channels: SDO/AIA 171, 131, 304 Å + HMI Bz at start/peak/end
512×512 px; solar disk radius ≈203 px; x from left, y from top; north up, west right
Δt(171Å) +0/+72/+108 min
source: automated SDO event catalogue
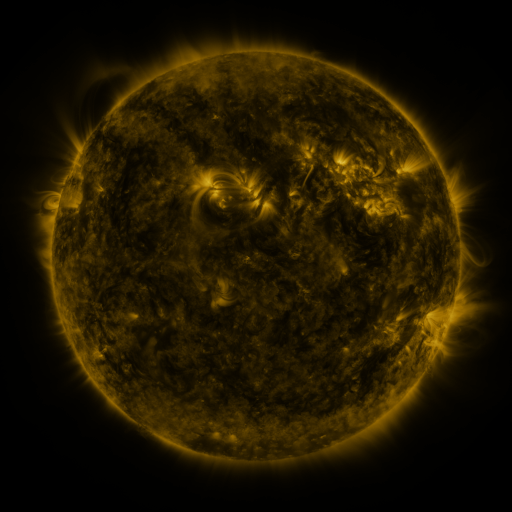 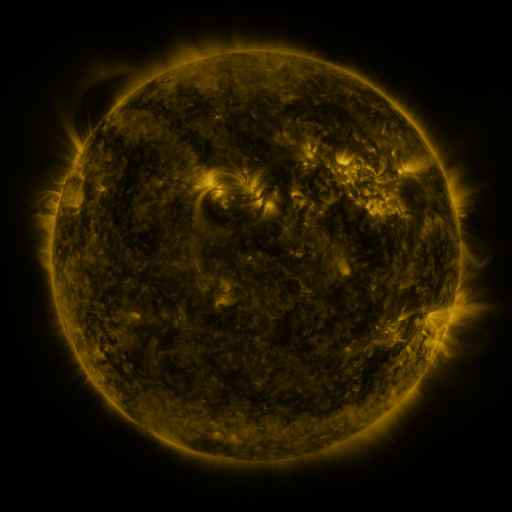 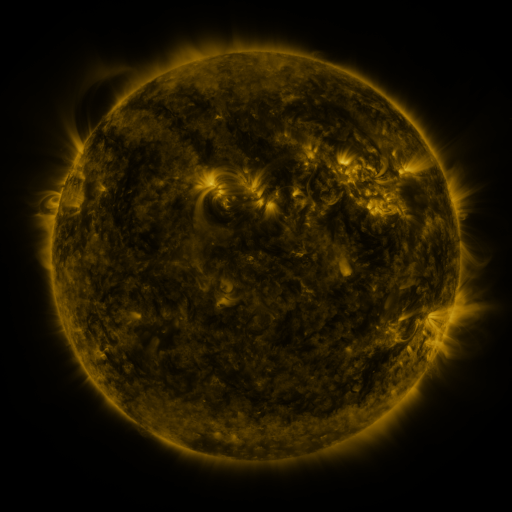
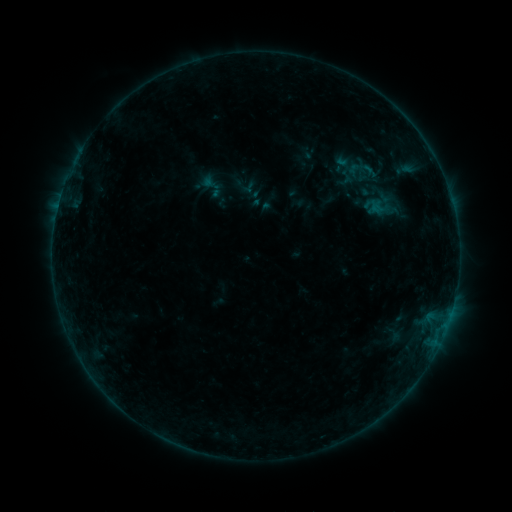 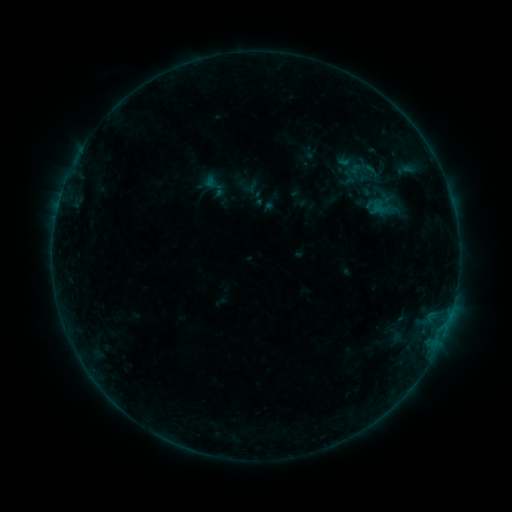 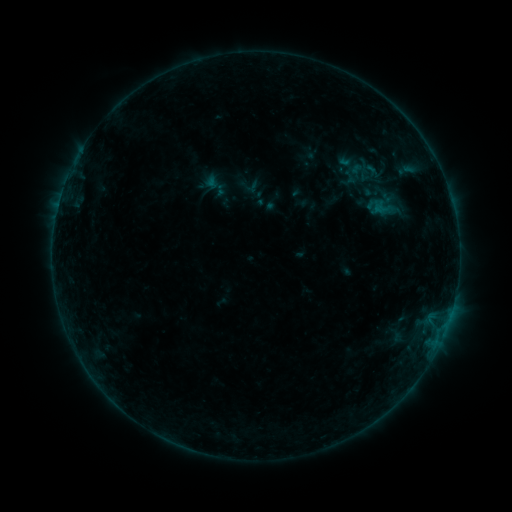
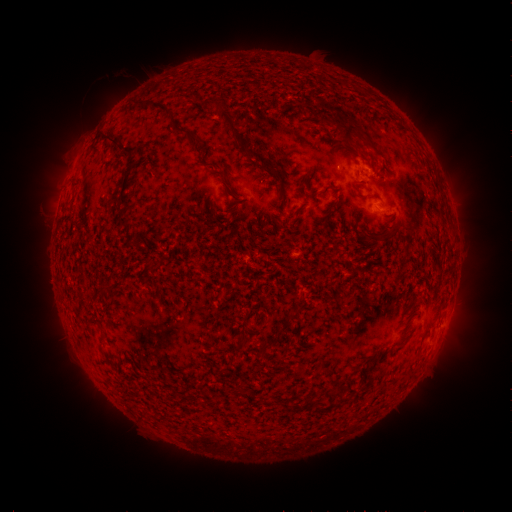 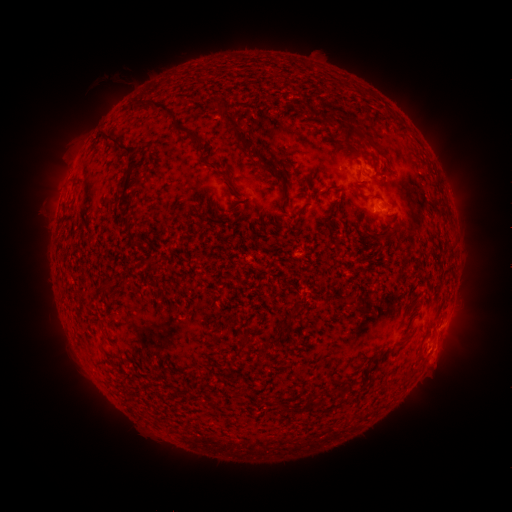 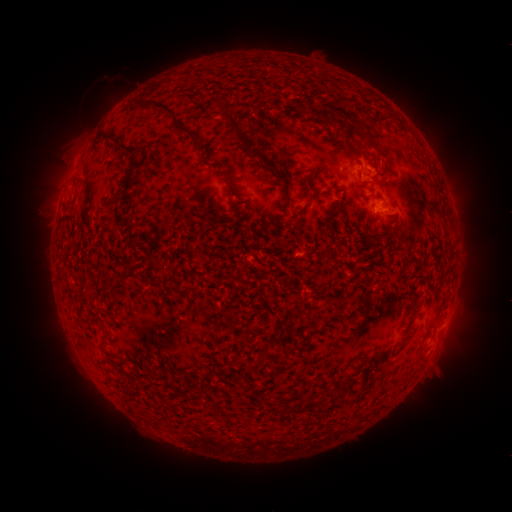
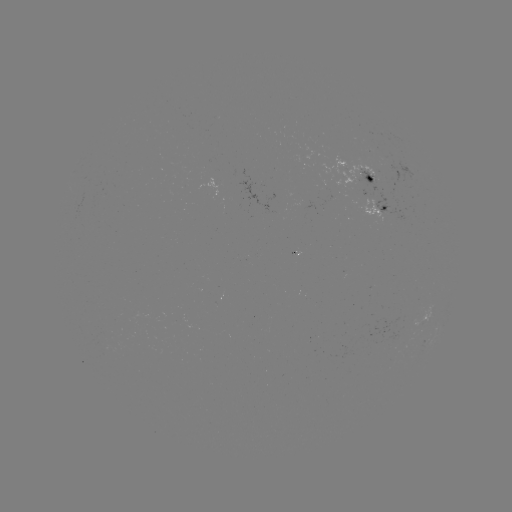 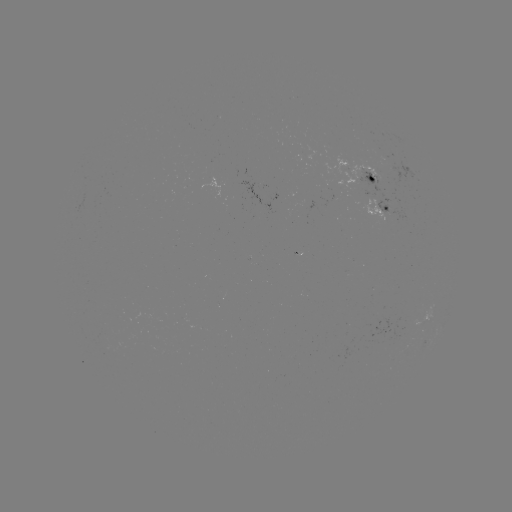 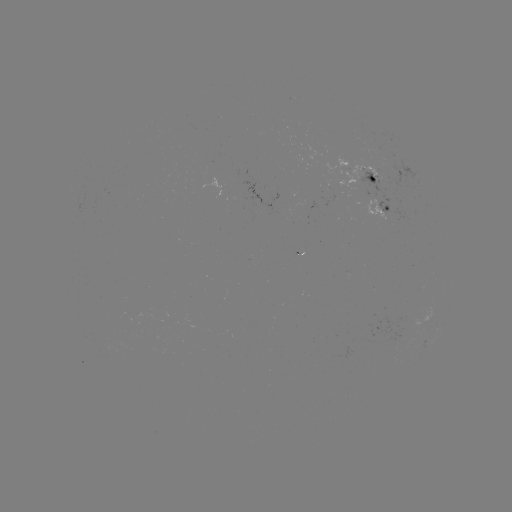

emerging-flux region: [320, 155, 384, 200]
